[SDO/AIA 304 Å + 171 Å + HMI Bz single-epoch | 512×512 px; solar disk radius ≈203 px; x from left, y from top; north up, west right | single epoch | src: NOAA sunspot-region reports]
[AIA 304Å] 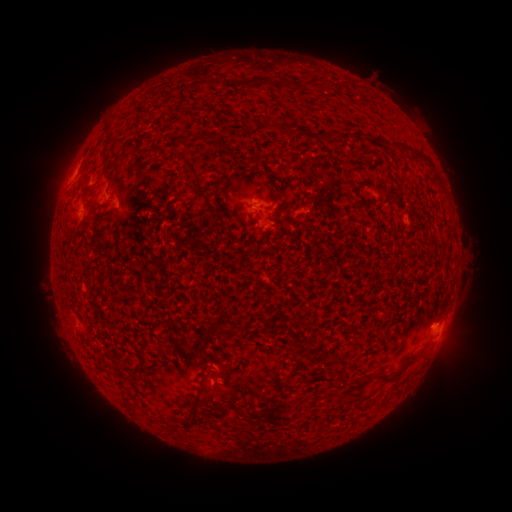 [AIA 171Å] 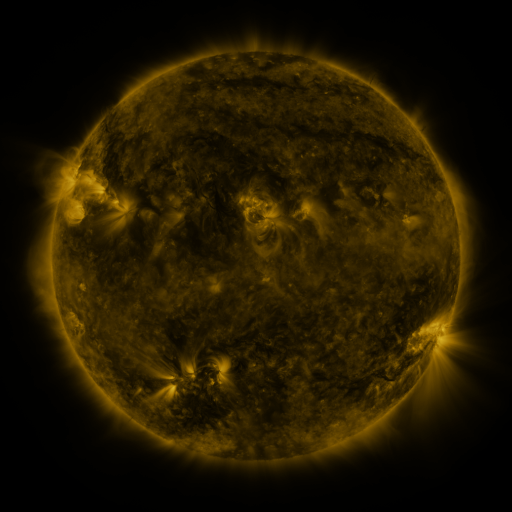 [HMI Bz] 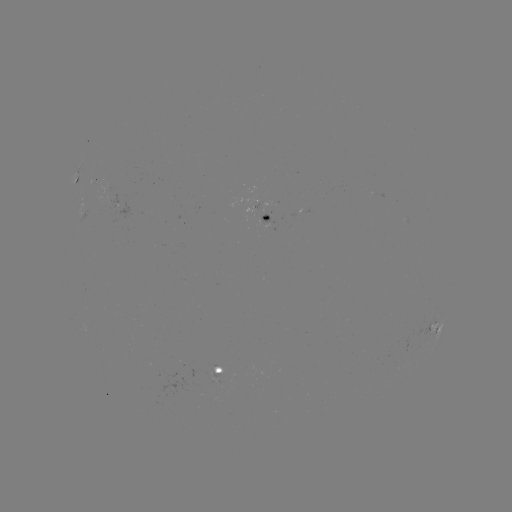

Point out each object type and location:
spotted active region: (78, 175)
spotted active region: (84, 209)
spotted active region: (266, 215)
spotted active region: (435, 331)
spotted active region: (215, 371)
